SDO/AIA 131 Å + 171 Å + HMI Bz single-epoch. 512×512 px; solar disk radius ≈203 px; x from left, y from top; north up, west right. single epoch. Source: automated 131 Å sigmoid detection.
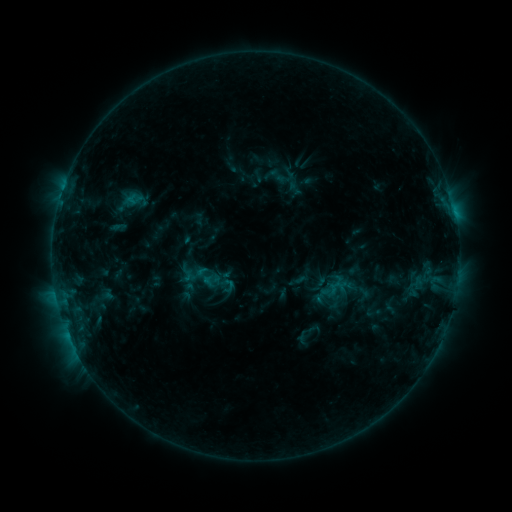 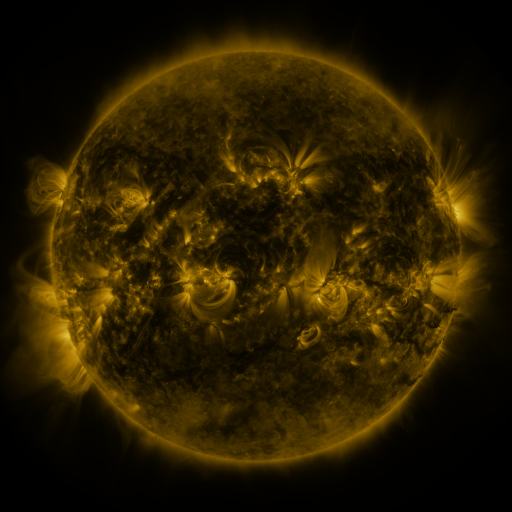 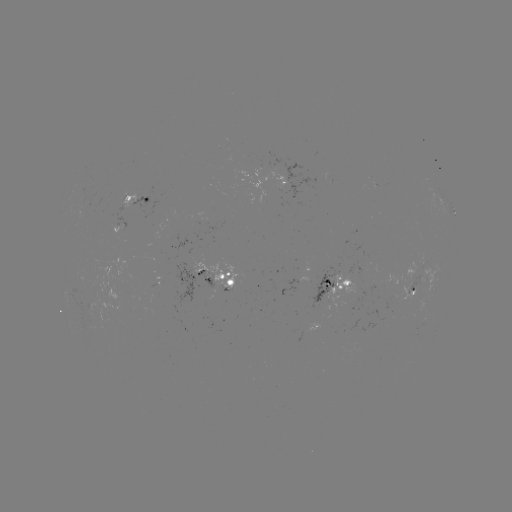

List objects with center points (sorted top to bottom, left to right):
sigmoid: [201, 272, 220, 288]
sigmoid: [324, 275, 348, 302]
